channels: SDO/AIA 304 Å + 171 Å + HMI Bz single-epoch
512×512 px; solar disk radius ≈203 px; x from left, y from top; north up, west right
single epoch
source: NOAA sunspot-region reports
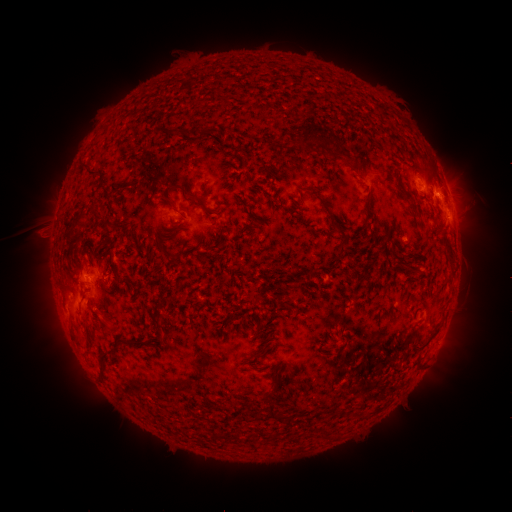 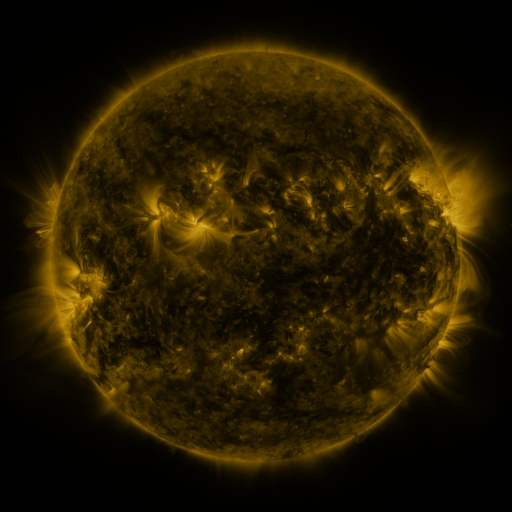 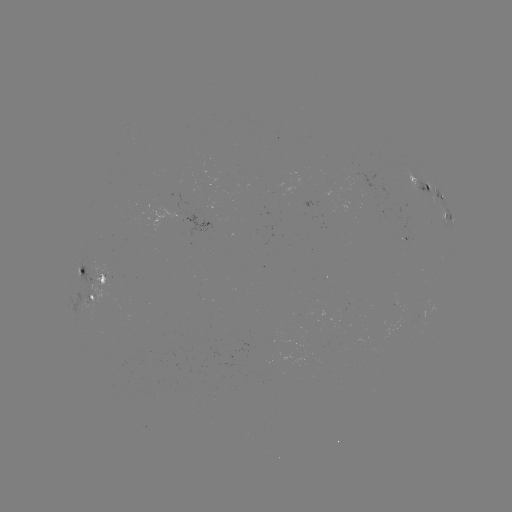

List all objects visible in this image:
spotted active region: (421, 184)
spotted active region: (448, 216)
spotted active region: (92, 278)
spotted active region: (90, 296)
